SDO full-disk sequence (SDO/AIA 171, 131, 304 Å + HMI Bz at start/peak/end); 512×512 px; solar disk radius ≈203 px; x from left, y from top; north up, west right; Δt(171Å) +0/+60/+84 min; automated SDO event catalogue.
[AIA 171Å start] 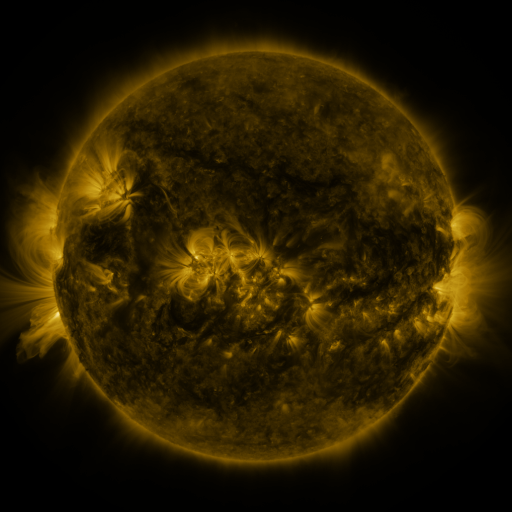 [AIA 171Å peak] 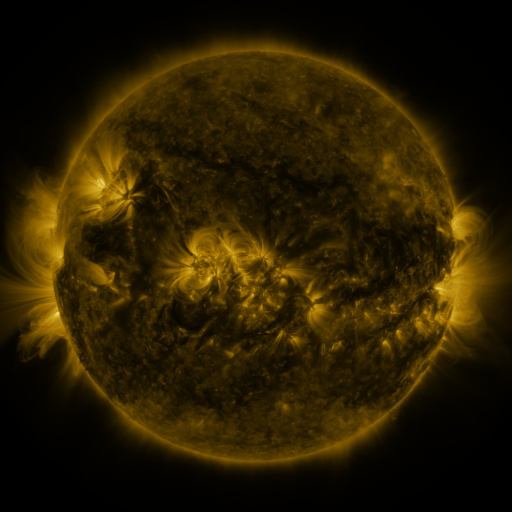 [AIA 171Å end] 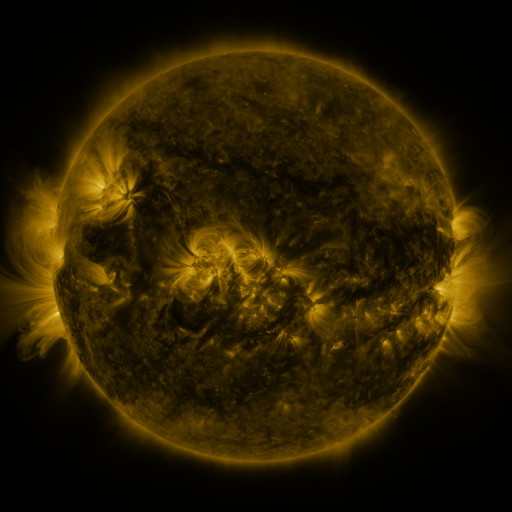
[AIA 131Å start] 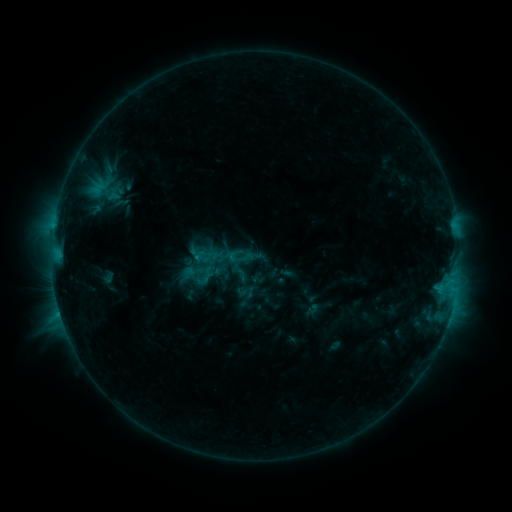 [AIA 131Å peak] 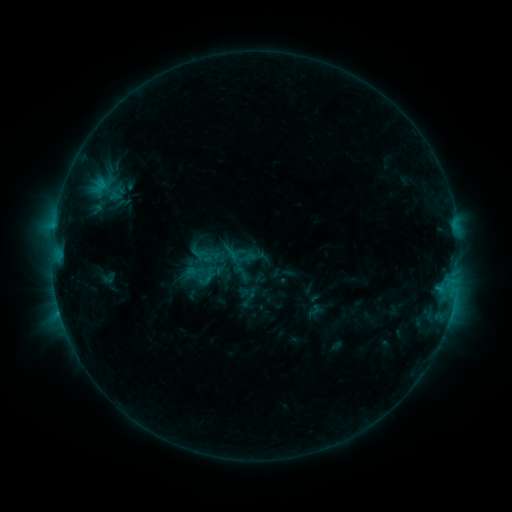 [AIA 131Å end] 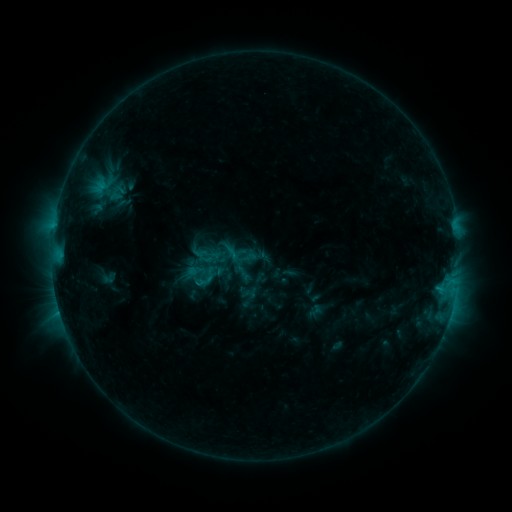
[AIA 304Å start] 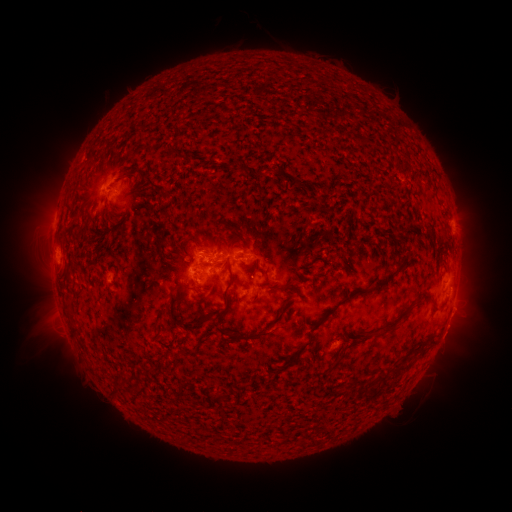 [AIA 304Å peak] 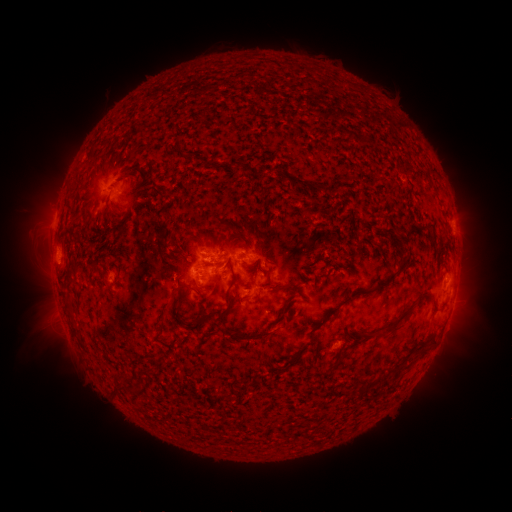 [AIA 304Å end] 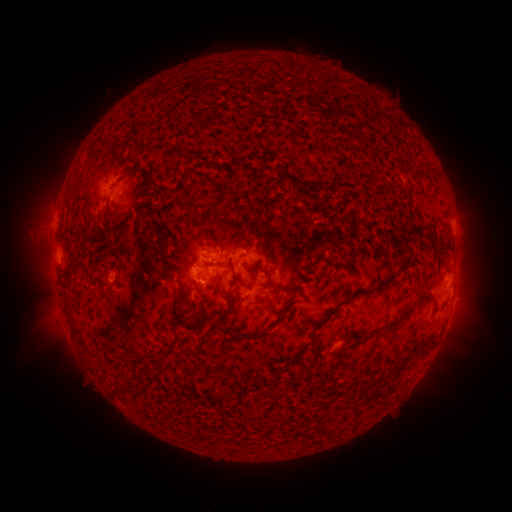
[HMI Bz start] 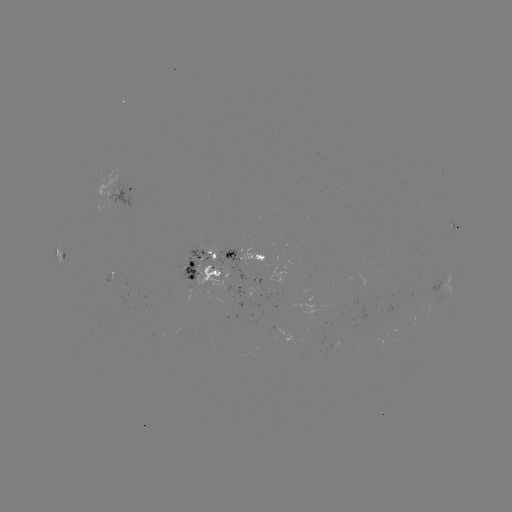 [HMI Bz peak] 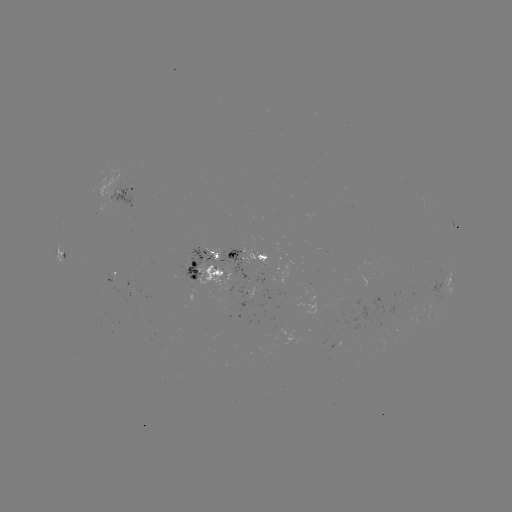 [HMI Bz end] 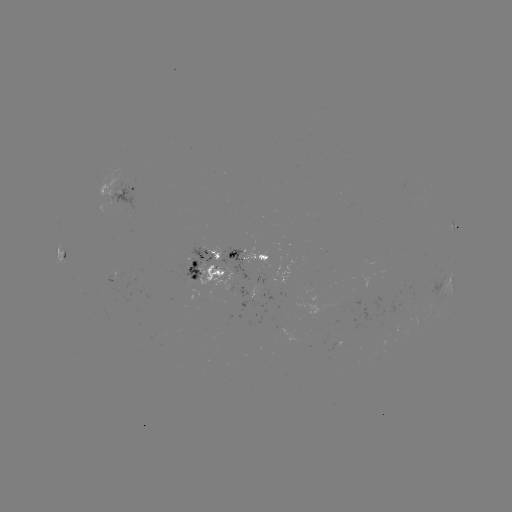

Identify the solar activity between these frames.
emerging-flux region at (199, 263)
